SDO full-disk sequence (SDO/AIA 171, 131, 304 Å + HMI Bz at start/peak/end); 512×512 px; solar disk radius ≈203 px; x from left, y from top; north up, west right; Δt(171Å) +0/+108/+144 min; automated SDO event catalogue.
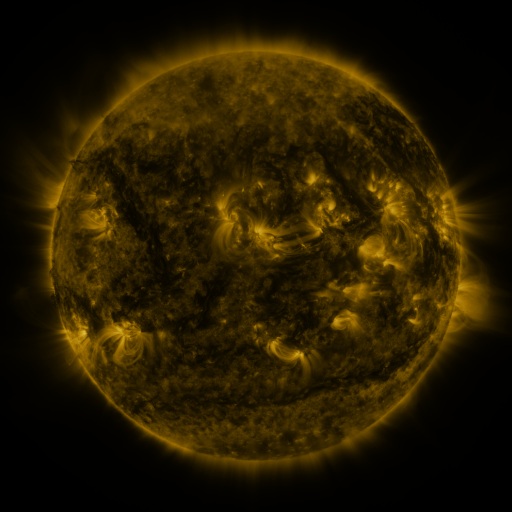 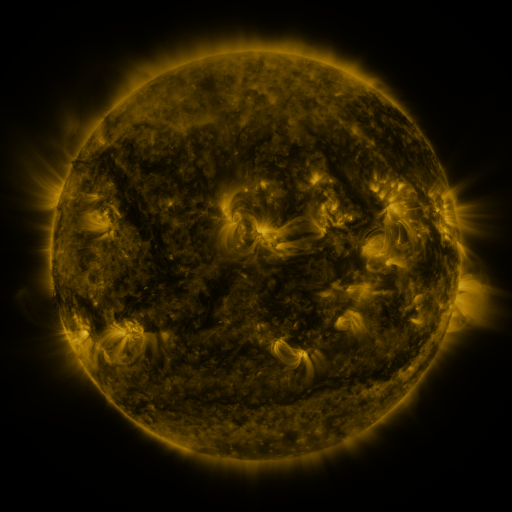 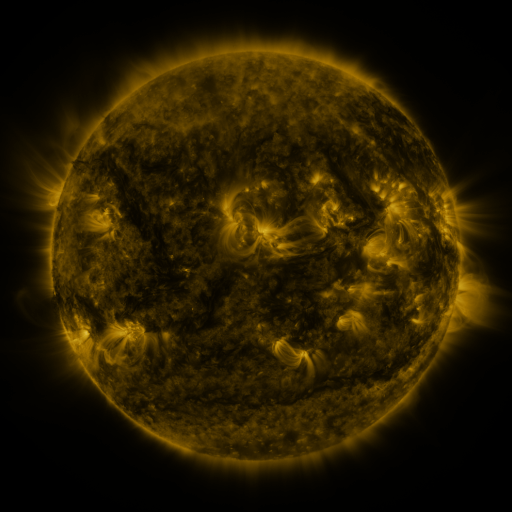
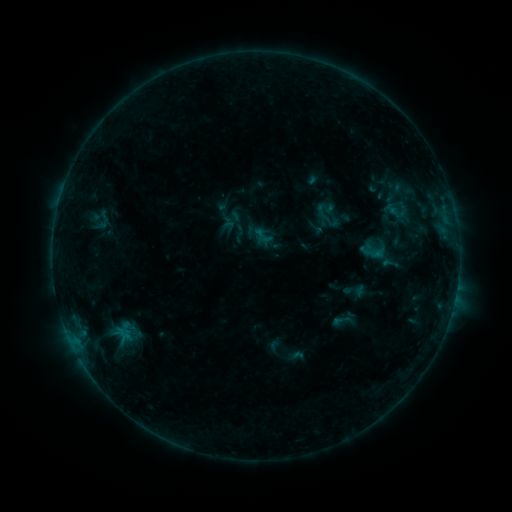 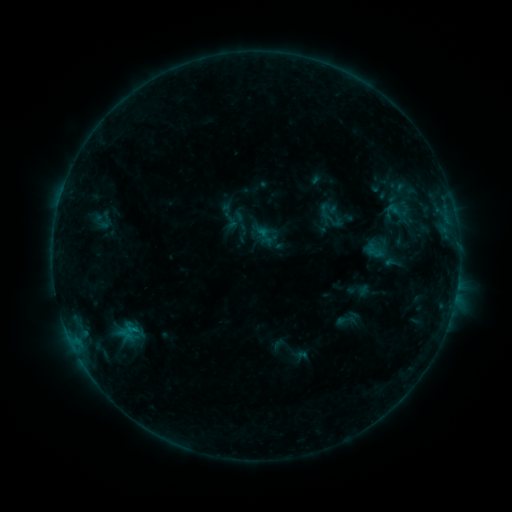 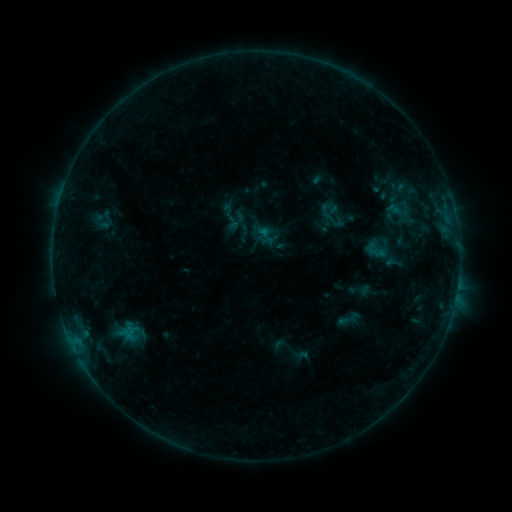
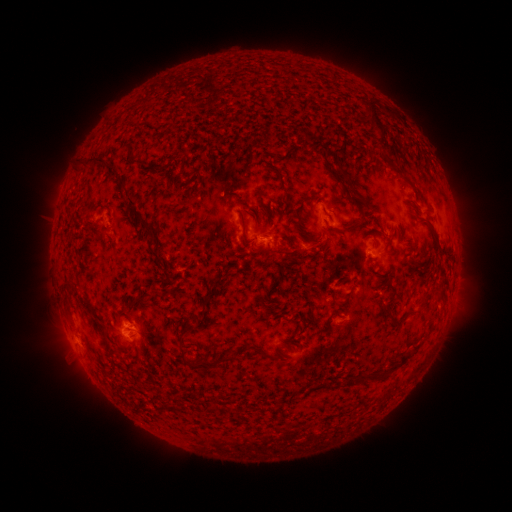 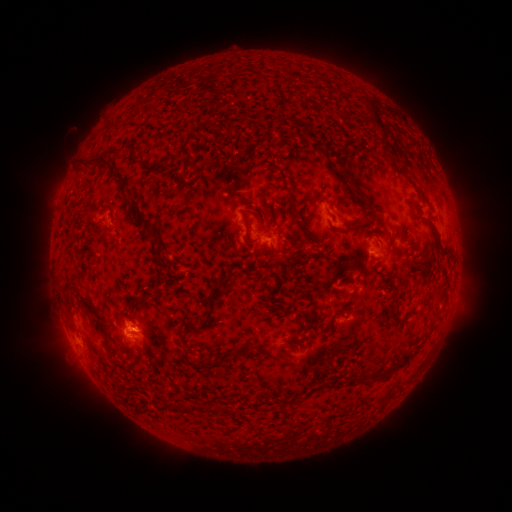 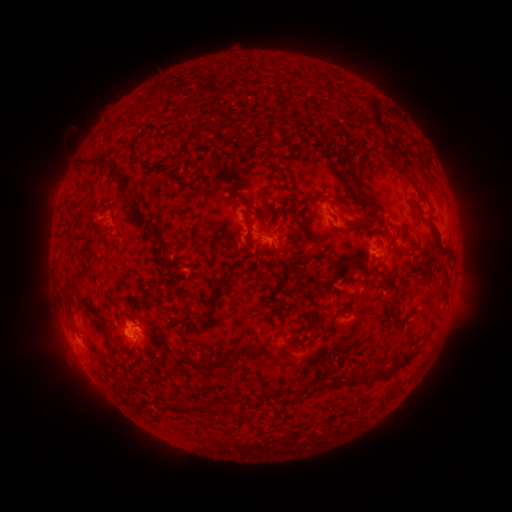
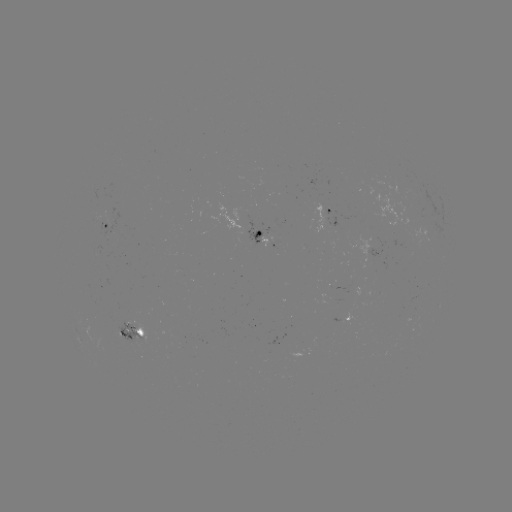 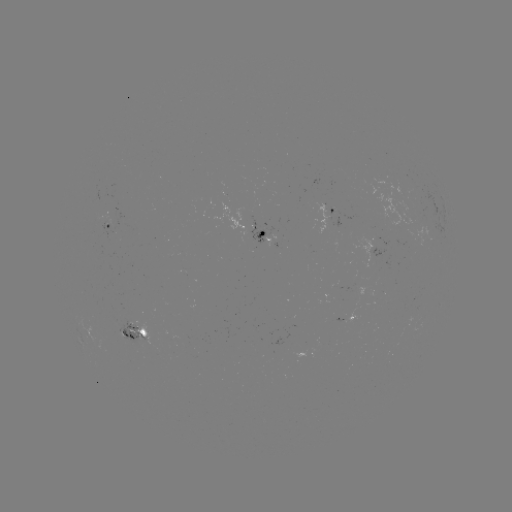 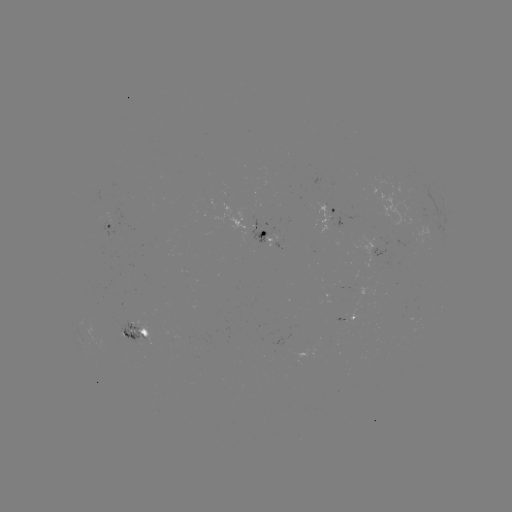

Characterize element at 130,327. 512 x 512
emerging-flux region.